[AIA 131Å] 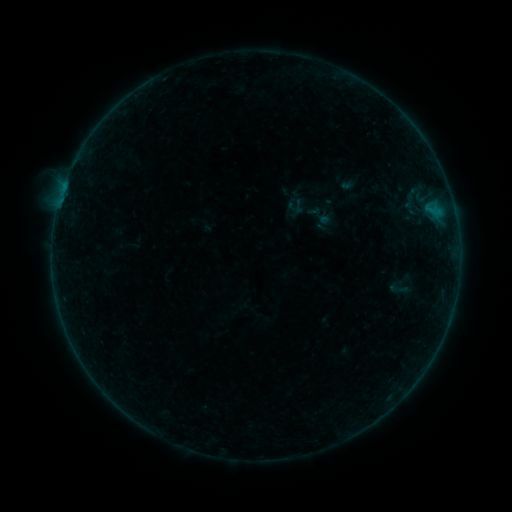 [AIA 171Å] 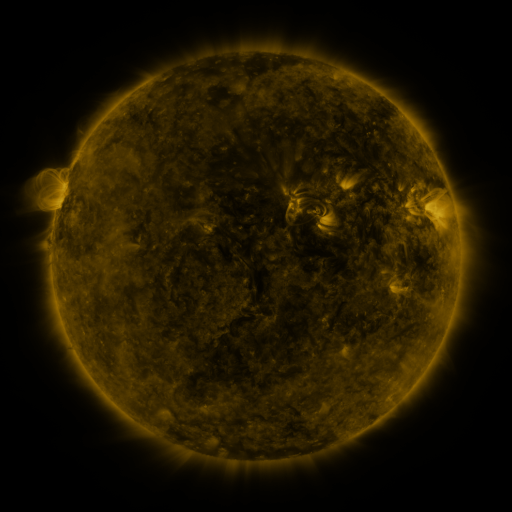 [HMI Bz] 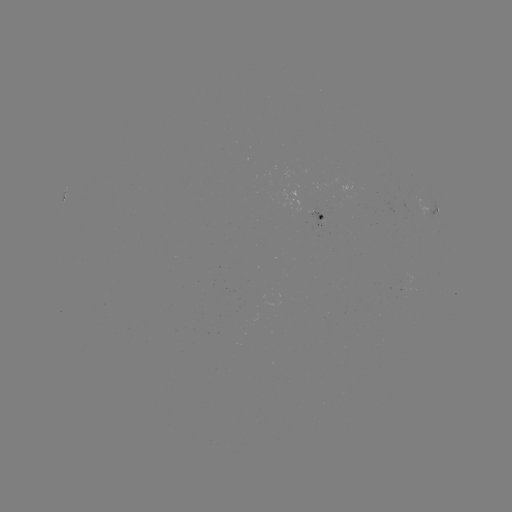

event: sigmoid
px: (398, 288)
